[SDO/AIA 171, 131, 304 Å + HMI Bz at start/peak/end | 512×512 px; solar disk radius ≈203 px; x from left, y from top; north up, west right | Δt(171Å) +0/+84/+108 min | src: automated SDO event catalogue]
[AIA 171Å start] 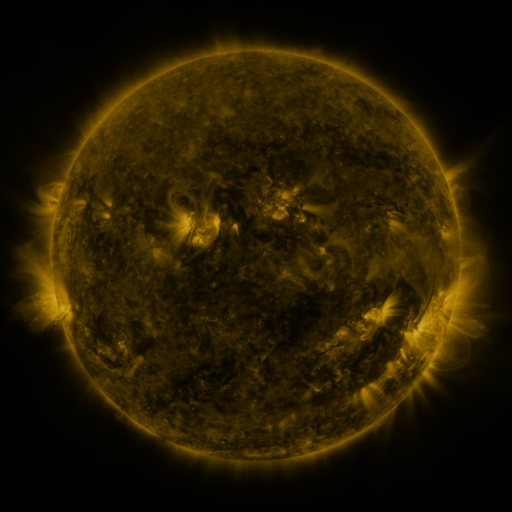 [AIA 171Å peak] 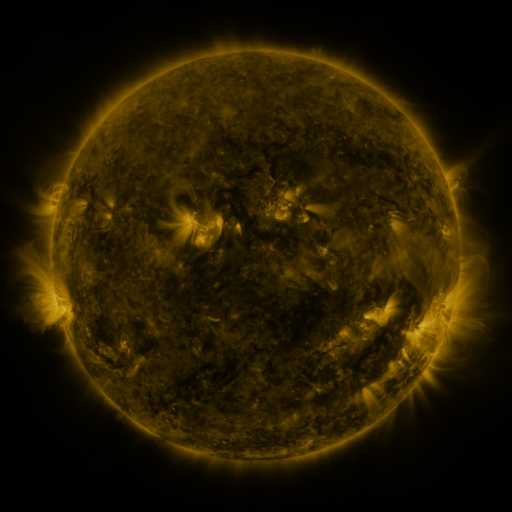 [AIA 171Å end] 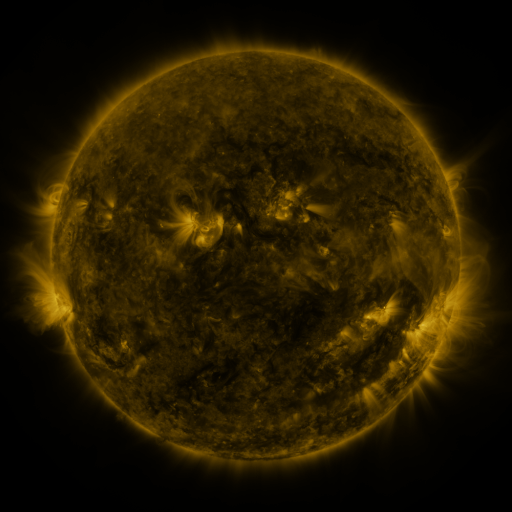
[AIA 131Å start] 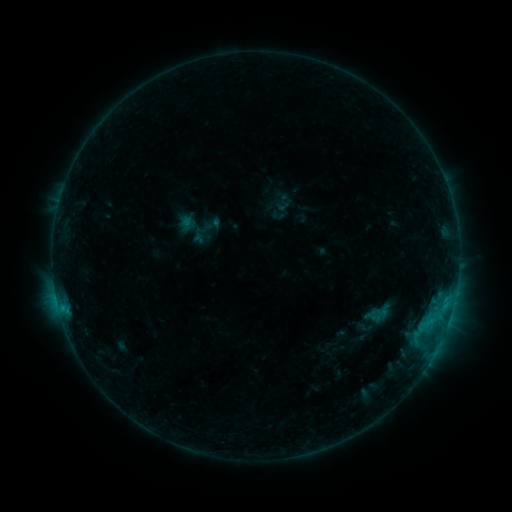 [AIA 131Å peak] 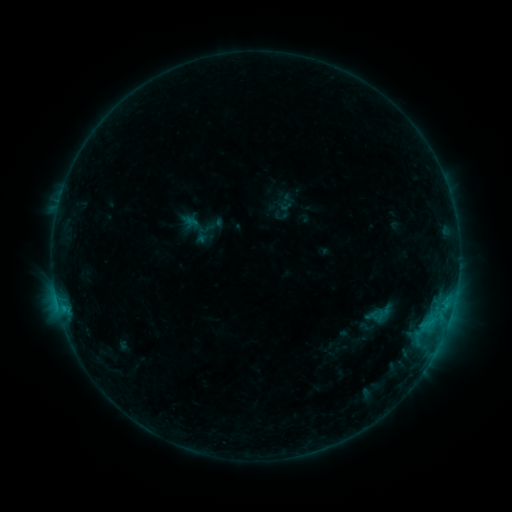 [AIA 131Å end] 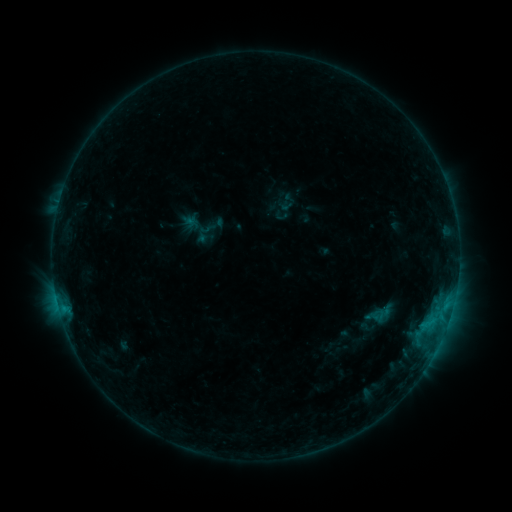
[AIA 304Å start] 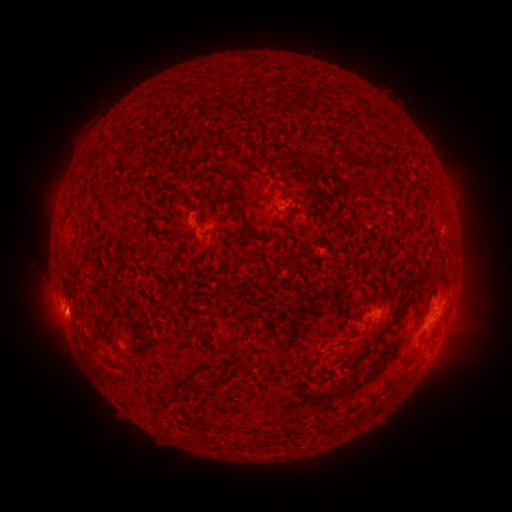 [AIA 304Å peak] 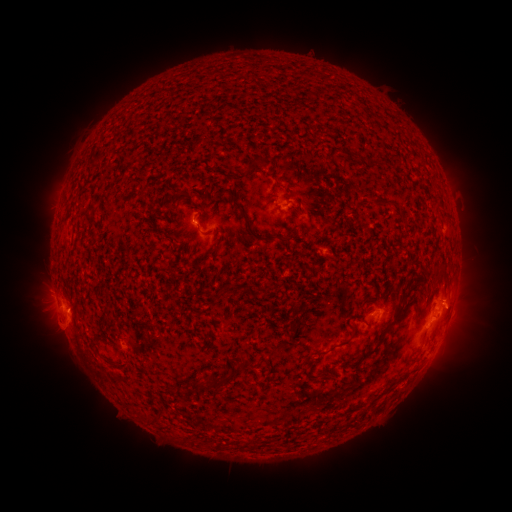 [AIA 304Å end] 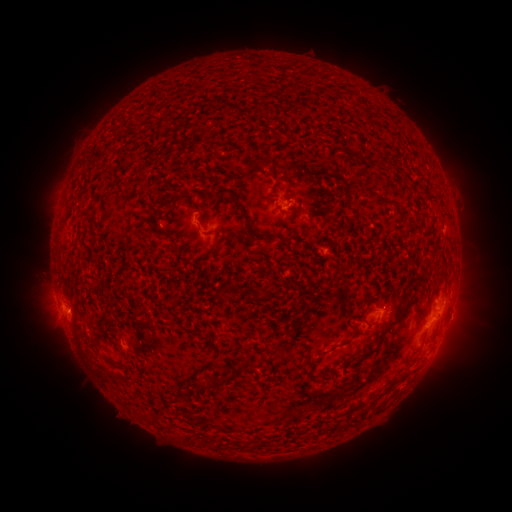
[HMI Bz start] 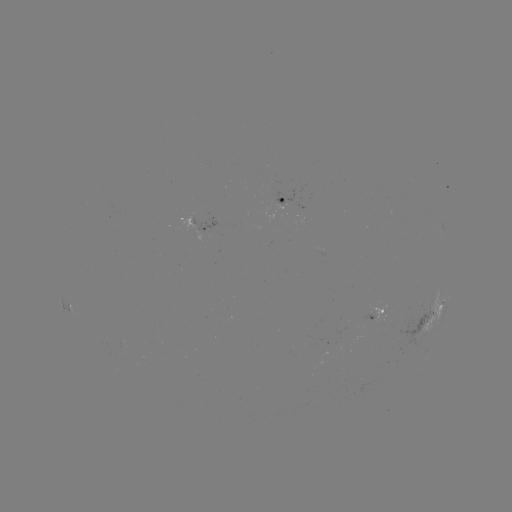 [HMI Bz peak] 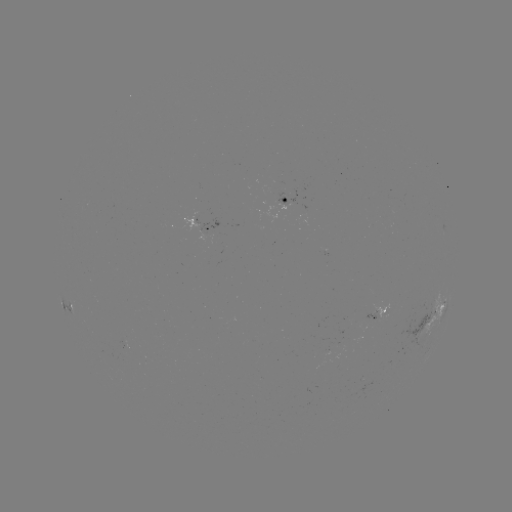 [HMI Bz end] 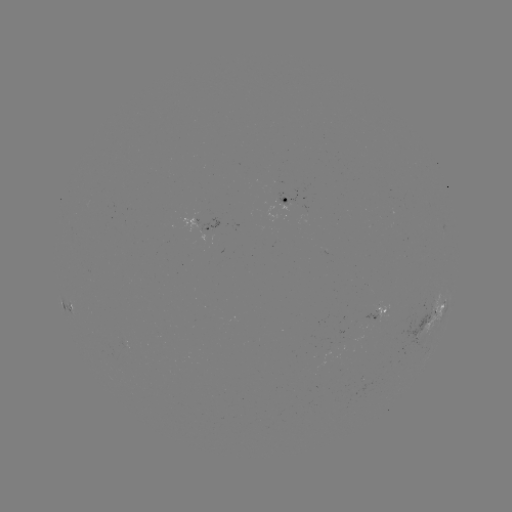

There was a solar emerging-flux region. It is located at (290, 204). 